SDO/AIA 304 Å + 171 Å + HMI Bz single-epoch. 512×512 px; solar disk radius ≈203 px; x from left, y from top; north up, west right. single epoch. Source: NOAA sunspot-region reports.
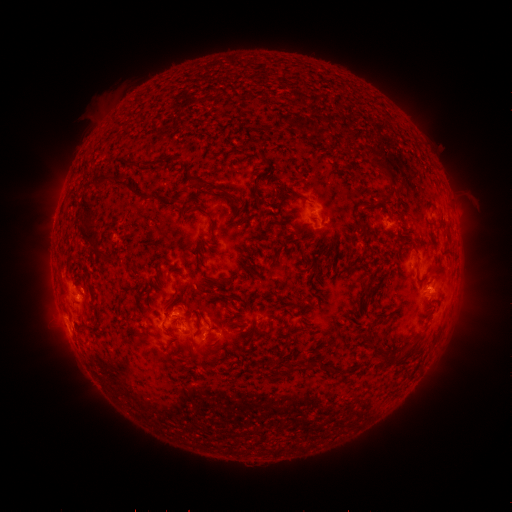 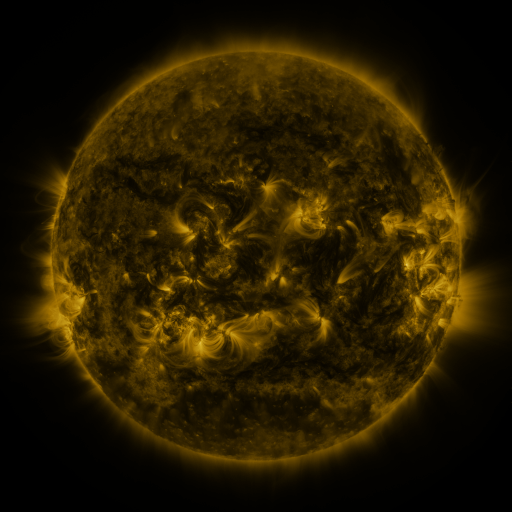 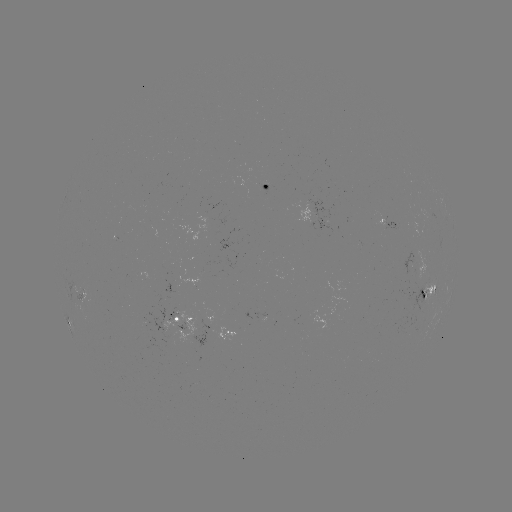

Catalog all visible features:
spotted active region: (269, 181)
spotted active region: (387, 214)
spotted active region: (431, 287)
spotted active region: (86, 290)
spotted active region: (183, 314)
spotted active region: (68, 320)
spotted active region: (236, 324)
